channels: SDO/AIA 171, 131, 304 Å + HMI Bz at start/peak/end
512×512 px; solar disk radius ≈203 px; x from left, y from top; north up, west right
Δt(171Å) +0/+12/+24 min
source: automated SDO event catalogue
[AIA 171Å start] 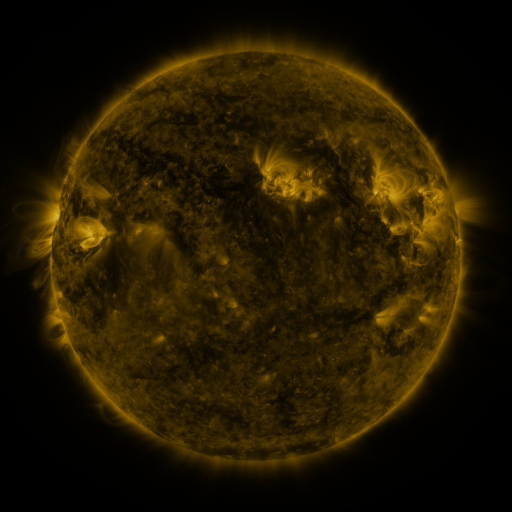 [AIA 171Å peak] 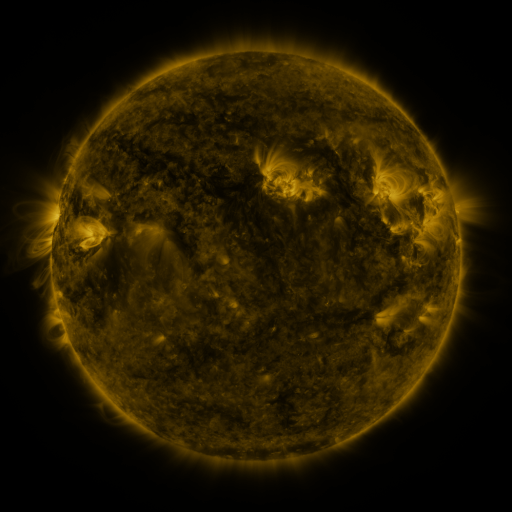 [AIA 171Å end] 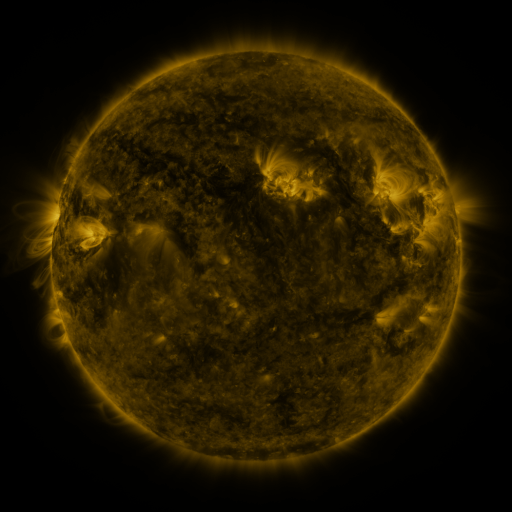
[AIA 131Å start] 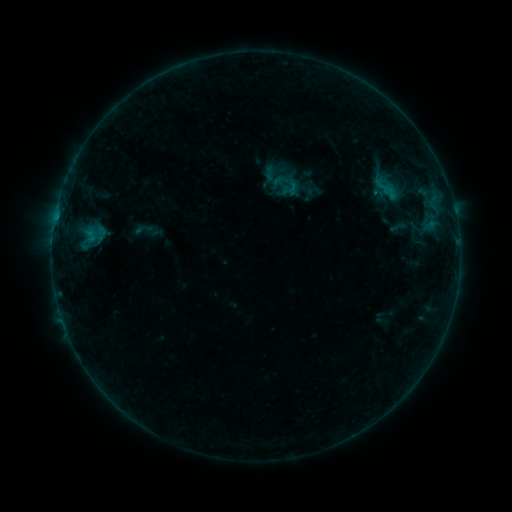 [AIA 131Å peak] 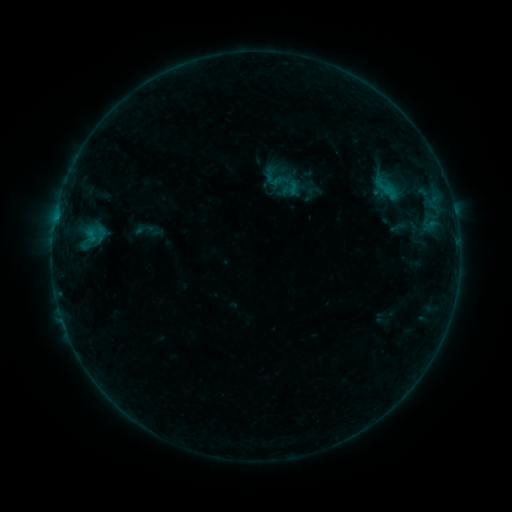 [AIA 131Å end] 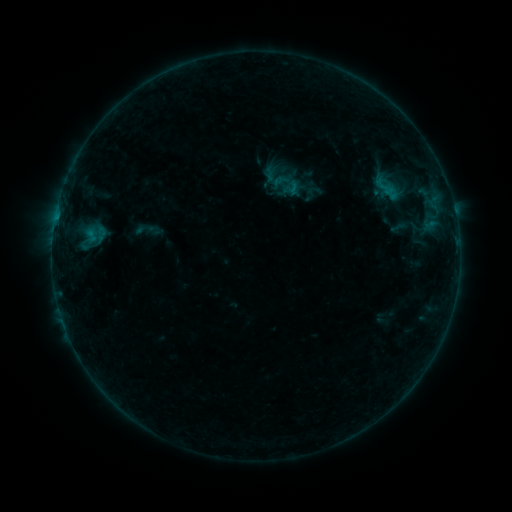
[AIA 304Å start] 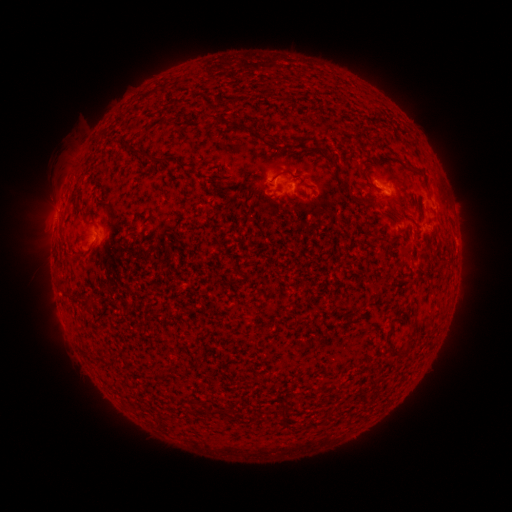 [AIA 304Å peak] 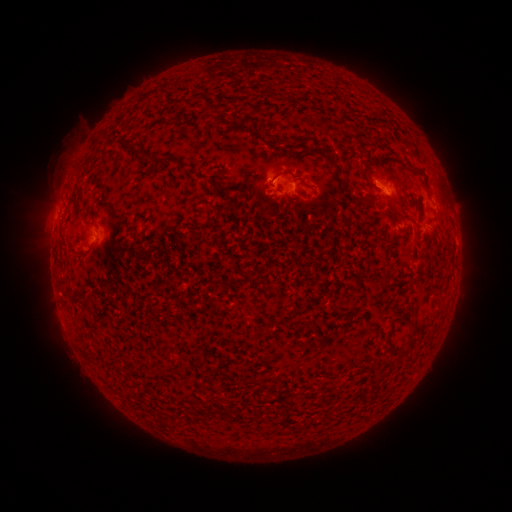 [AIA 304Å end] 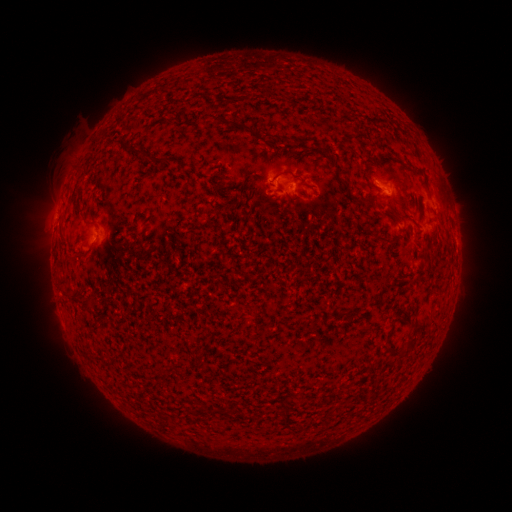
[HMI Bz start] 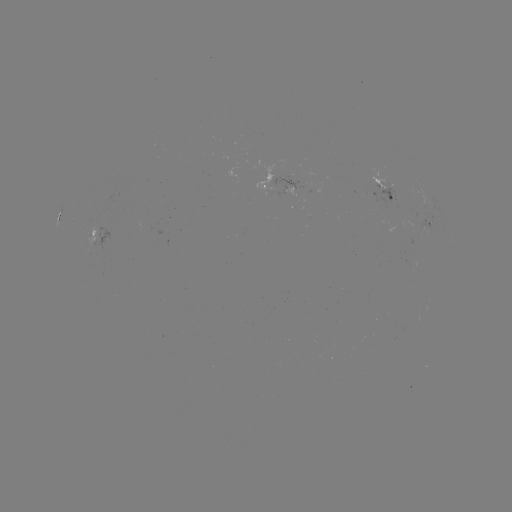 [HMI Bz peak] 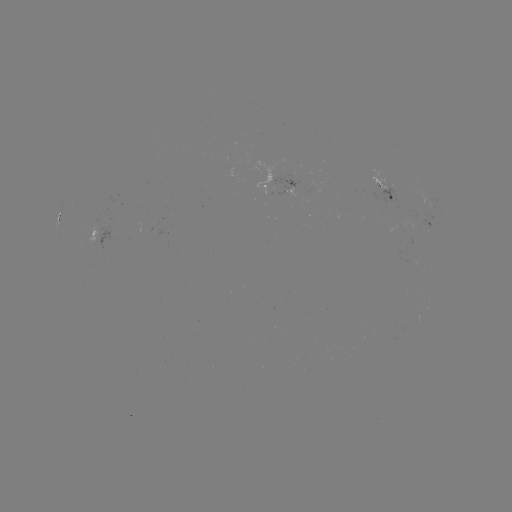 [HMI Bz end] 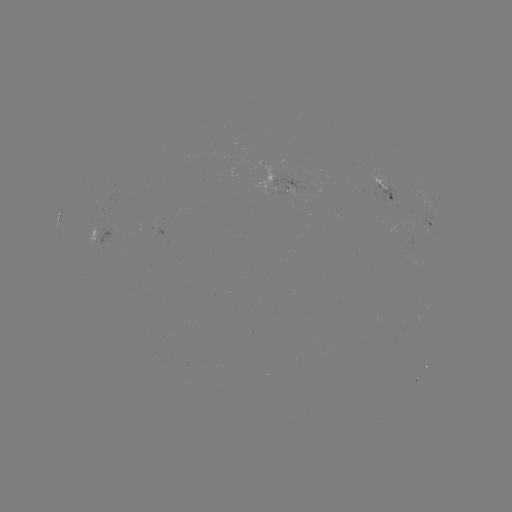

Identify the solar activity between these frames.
no classed flare was catalogued and no EUV brightening was flagged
